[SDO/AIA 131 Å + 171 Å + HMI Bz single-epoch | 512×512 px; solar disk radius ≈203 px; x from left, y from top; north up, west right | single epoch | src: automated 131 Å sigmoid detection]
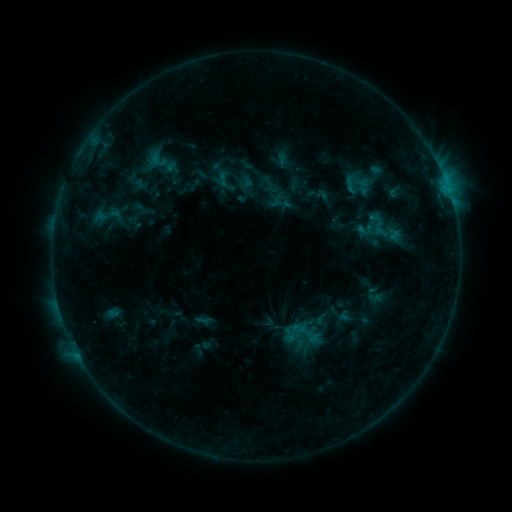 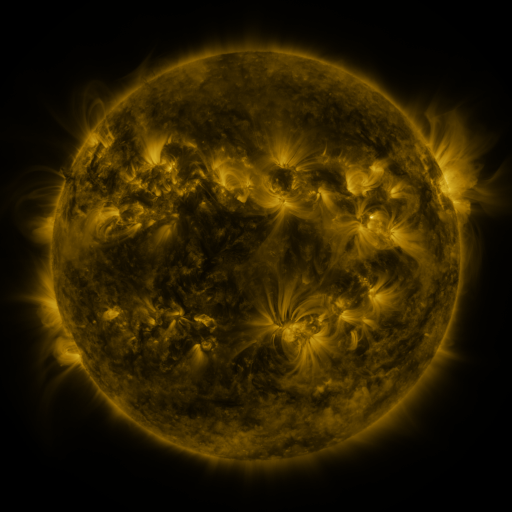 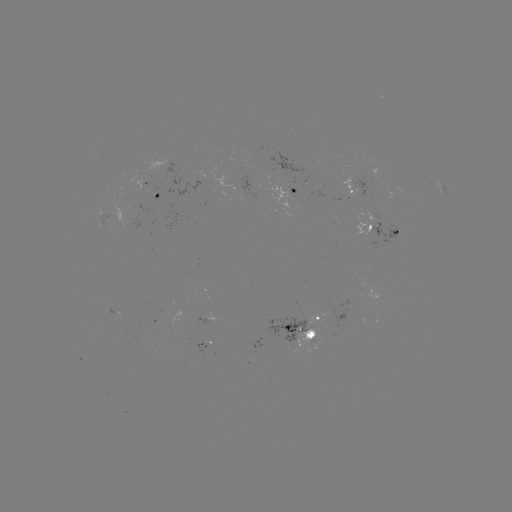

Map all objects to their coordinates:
sigmoid: (106, 215)
sigmoid: (302, 334)
